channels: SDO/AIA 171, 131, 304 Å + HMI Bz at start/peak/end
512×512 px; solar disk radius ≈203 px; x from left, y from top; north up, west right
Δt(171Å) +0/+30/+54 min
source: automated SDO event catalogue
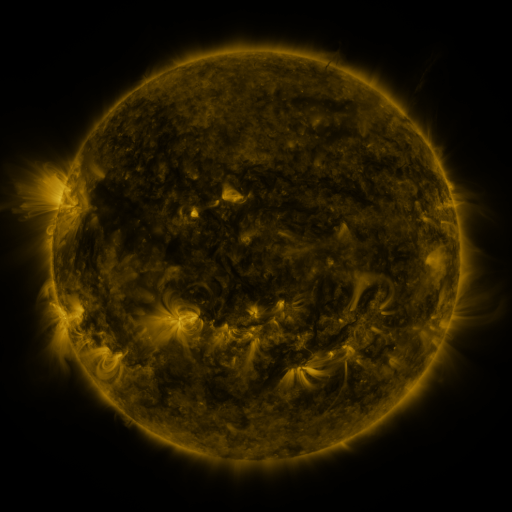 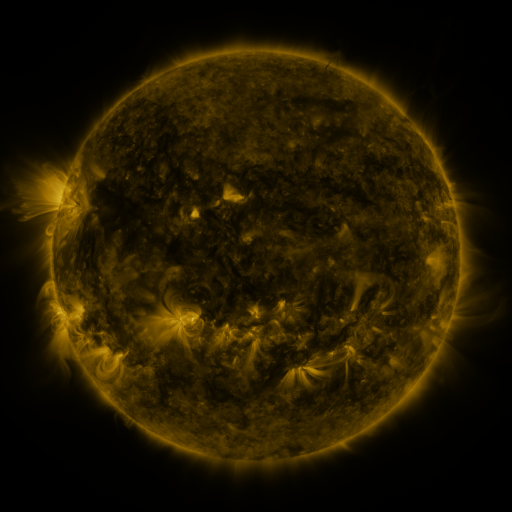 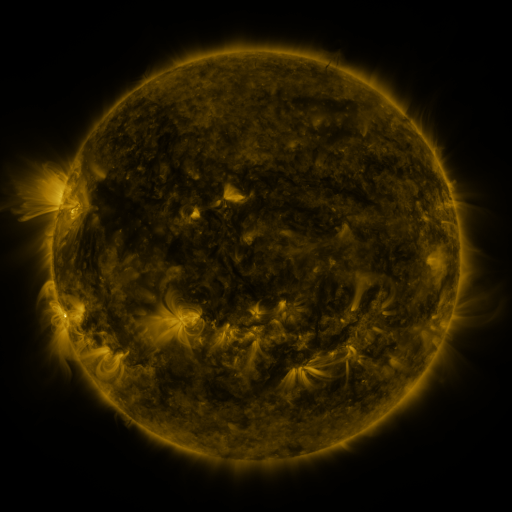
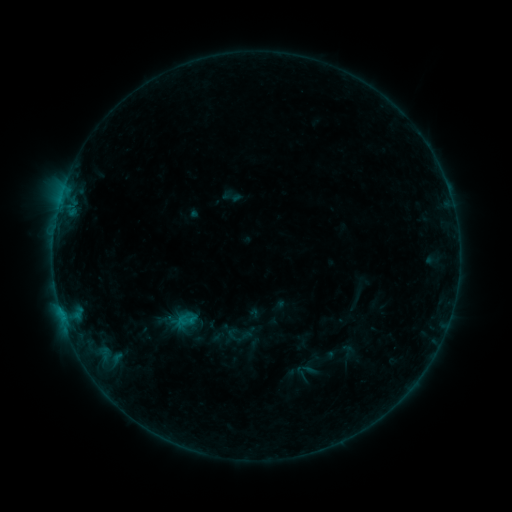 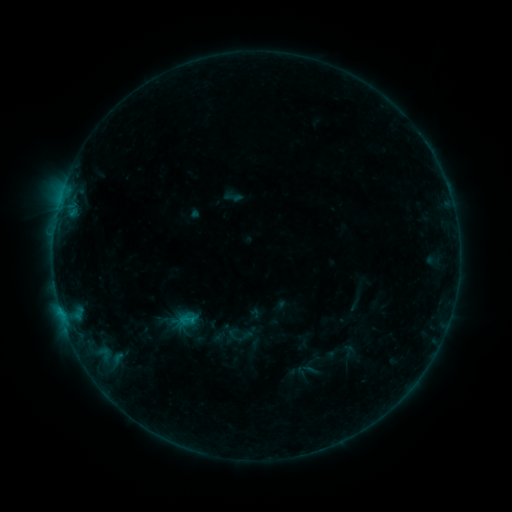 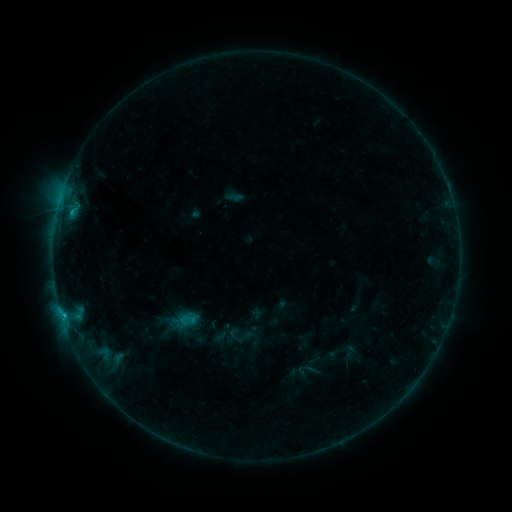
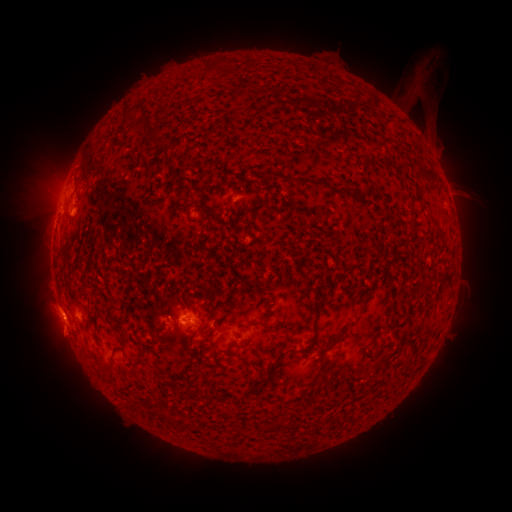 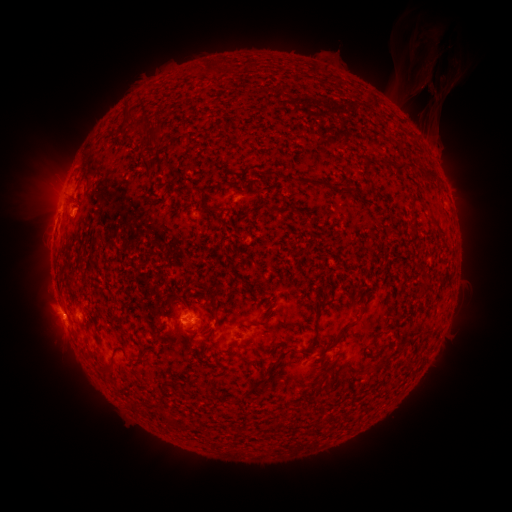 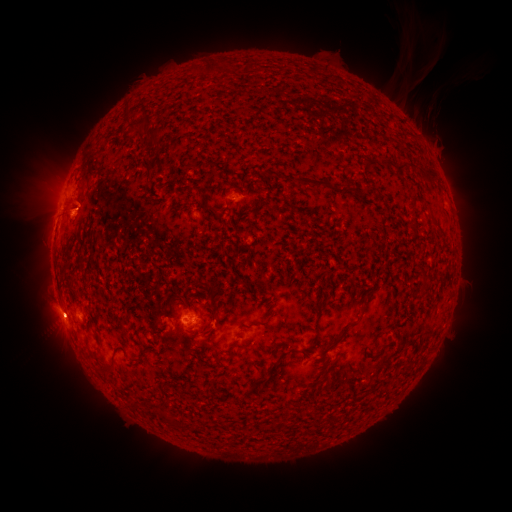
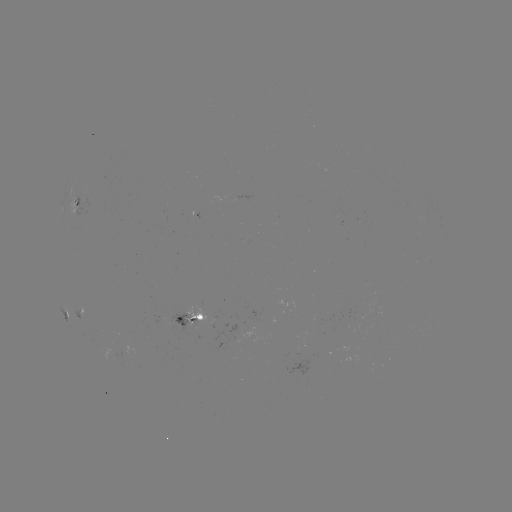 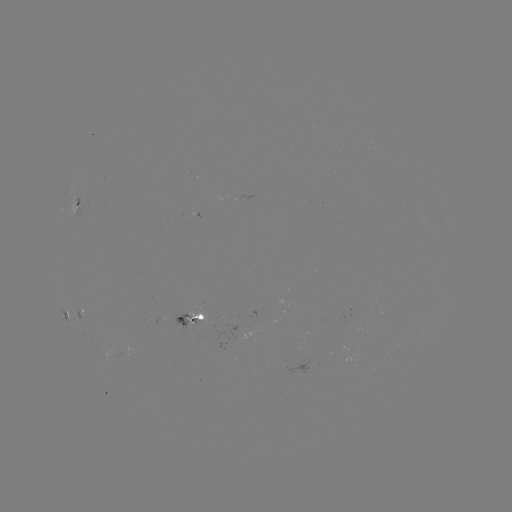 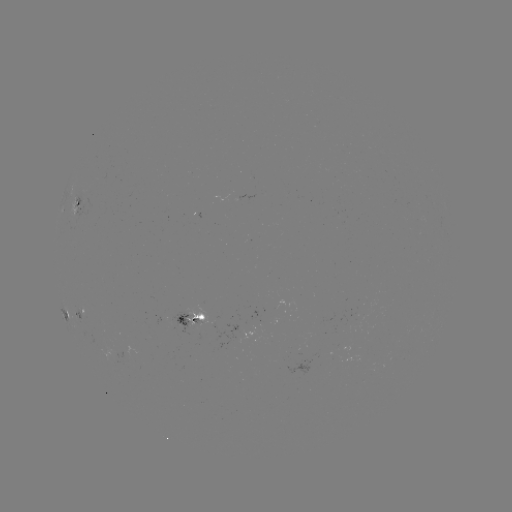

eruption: <bbox>407, 47, 462, 139</bbox>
